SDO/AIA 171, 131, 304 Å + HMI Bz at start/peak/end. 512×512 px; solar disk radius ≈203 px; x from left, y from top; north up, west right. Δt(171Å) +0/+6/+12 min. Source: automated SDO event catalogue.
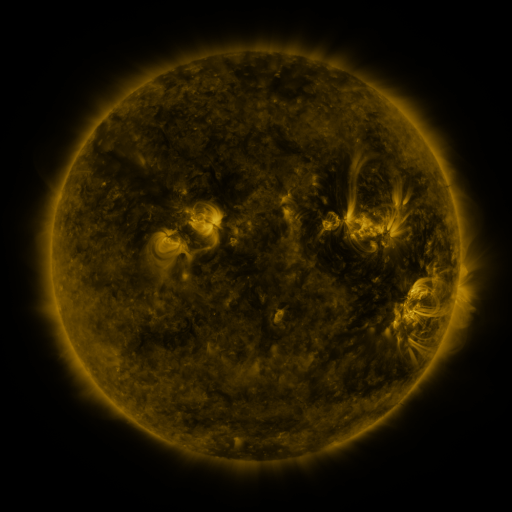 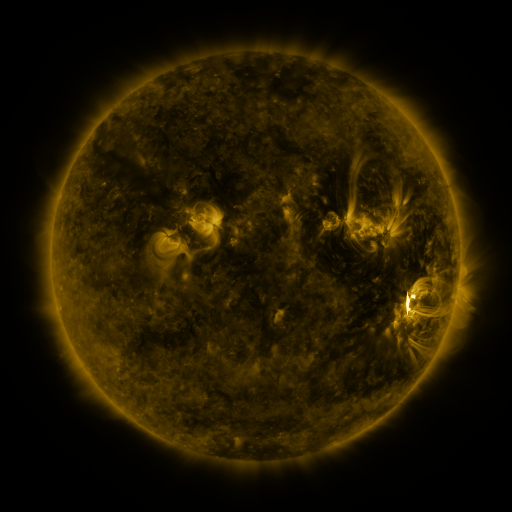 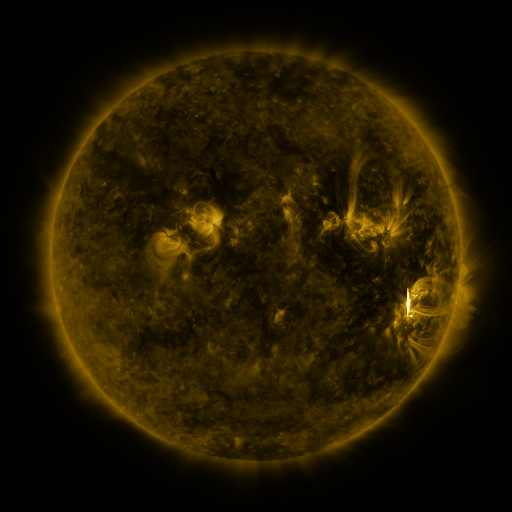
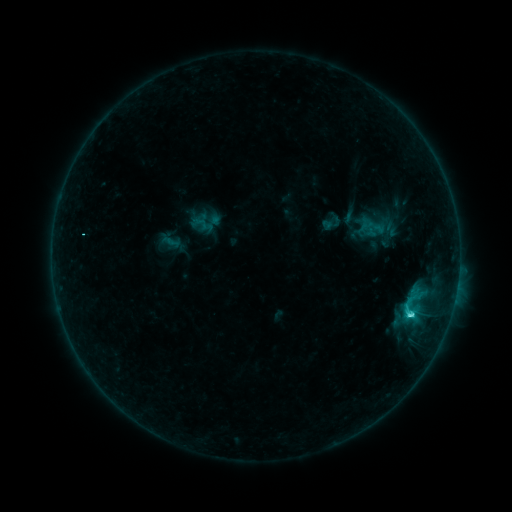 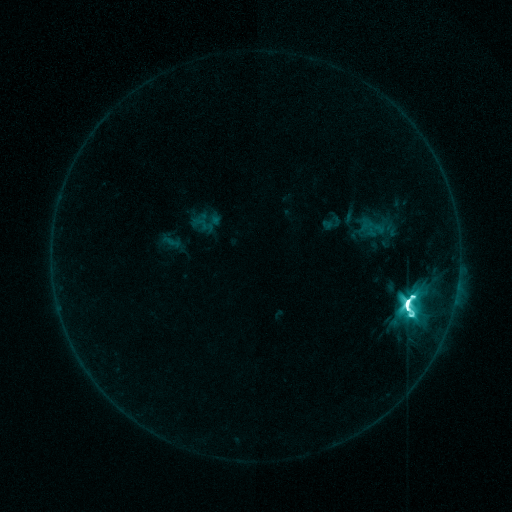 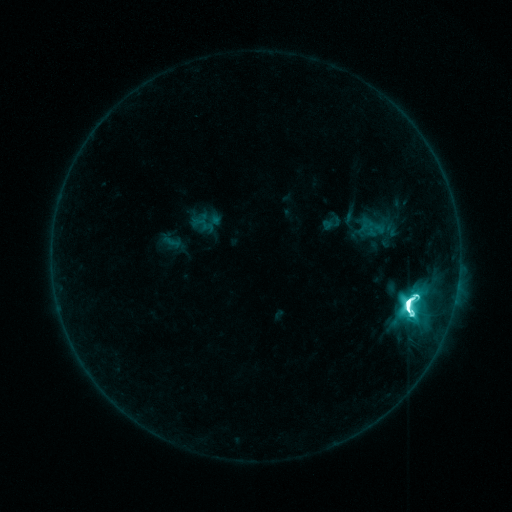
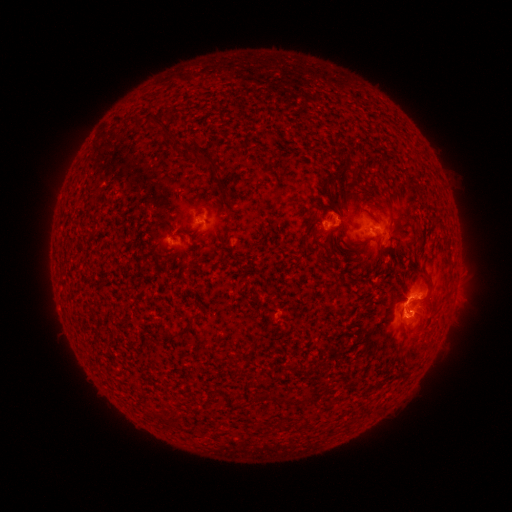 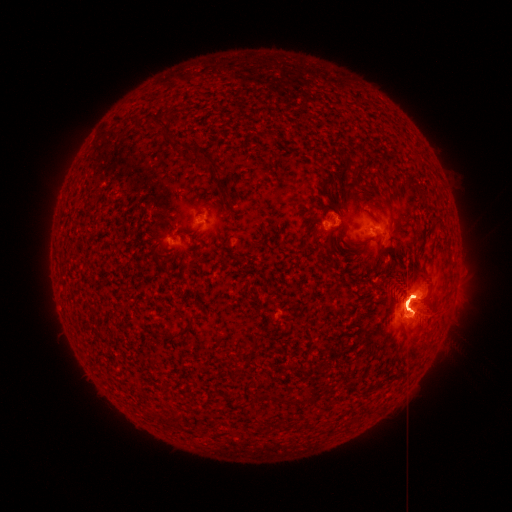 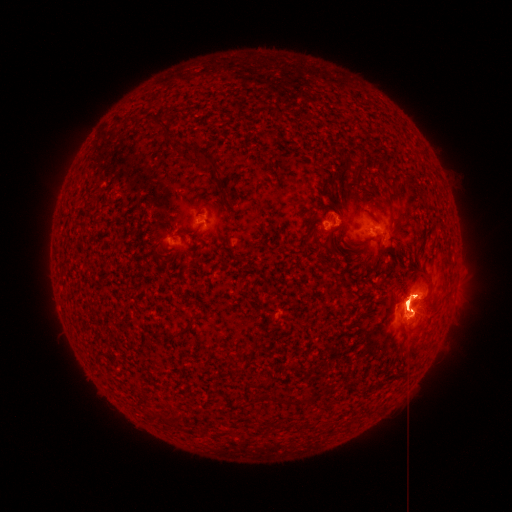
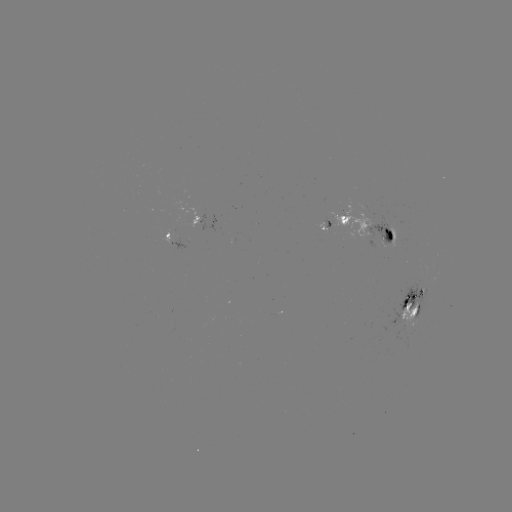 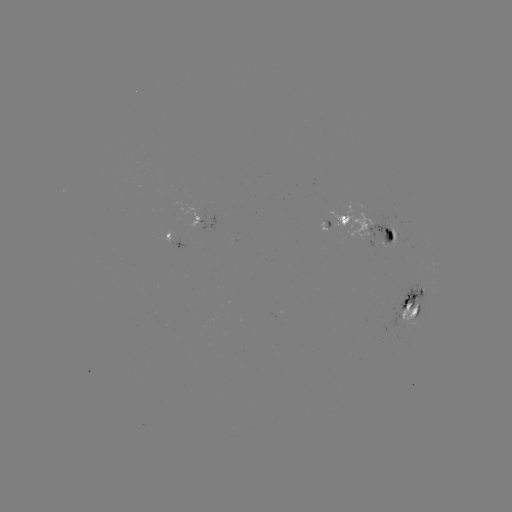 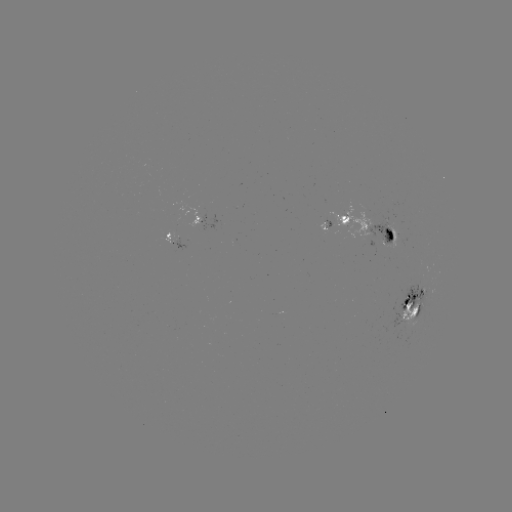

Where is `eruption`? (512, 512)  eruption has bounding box [354, 257, 466, 351].